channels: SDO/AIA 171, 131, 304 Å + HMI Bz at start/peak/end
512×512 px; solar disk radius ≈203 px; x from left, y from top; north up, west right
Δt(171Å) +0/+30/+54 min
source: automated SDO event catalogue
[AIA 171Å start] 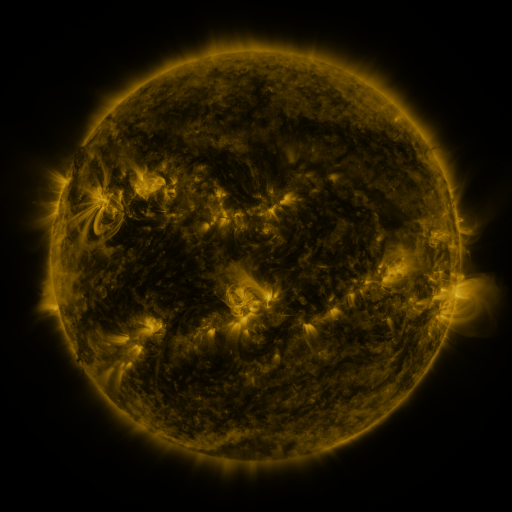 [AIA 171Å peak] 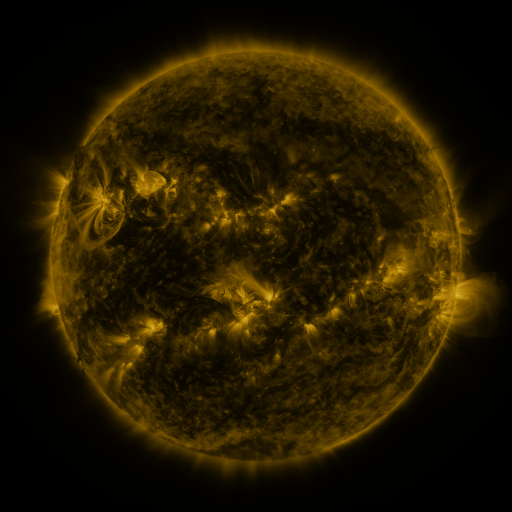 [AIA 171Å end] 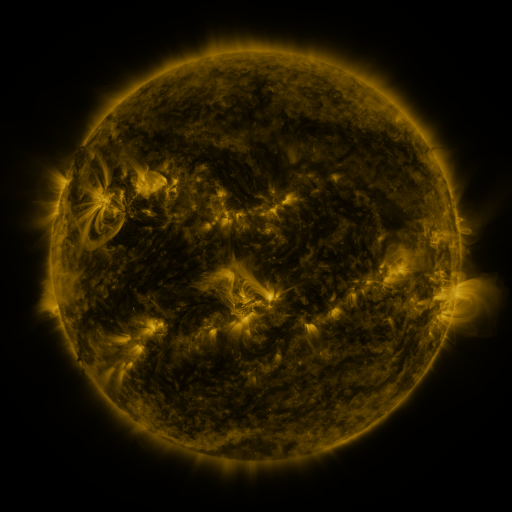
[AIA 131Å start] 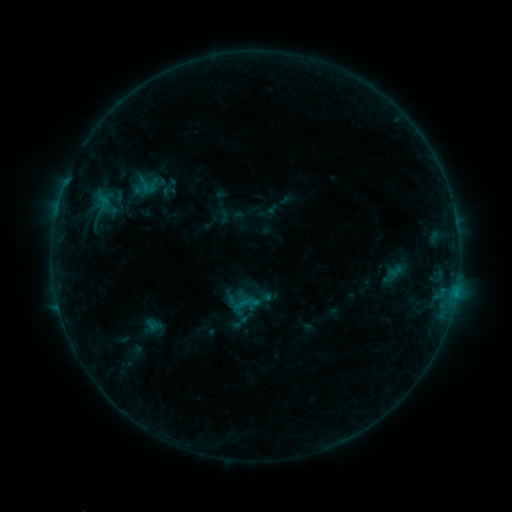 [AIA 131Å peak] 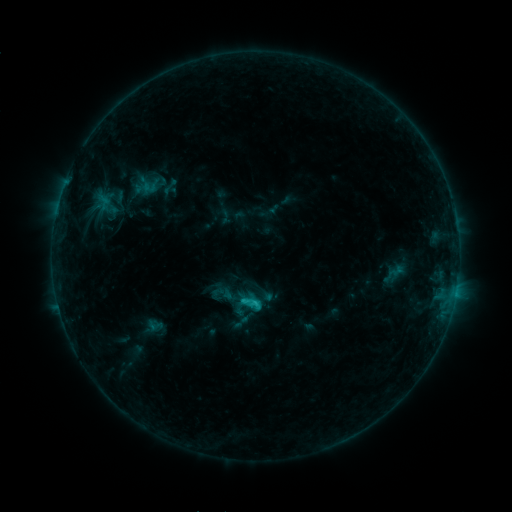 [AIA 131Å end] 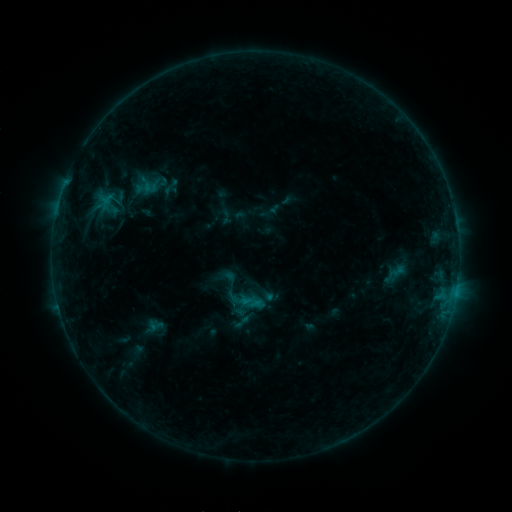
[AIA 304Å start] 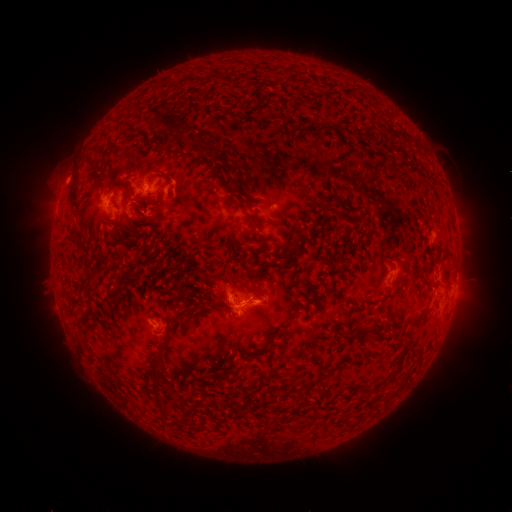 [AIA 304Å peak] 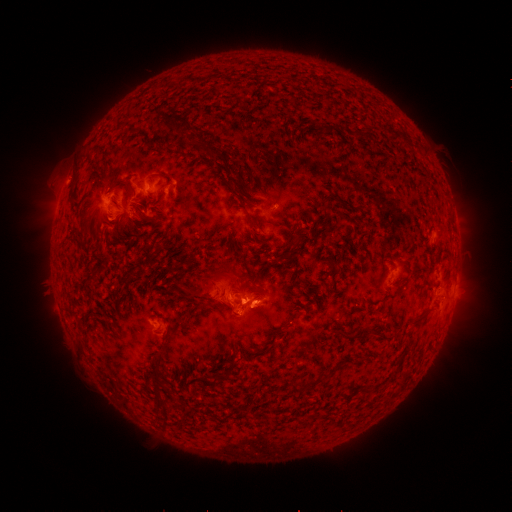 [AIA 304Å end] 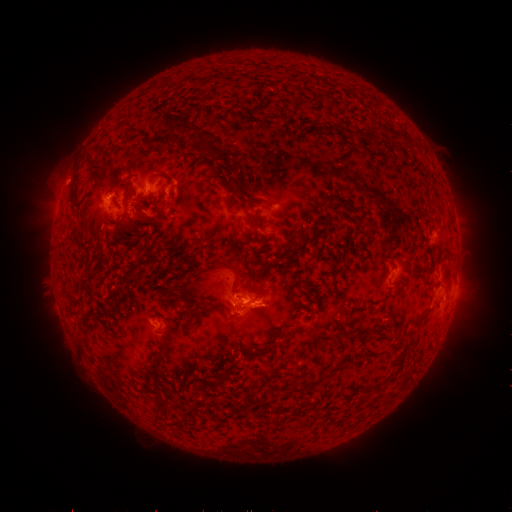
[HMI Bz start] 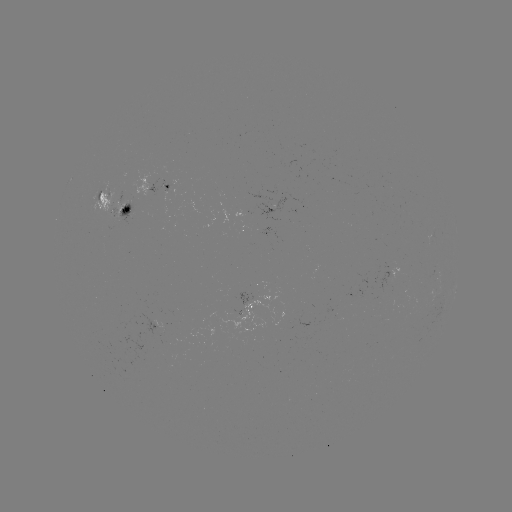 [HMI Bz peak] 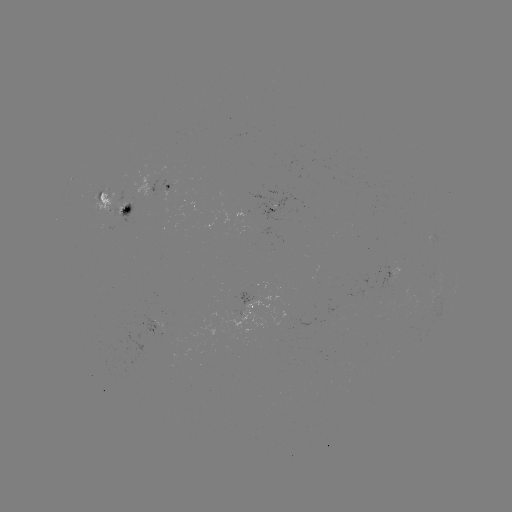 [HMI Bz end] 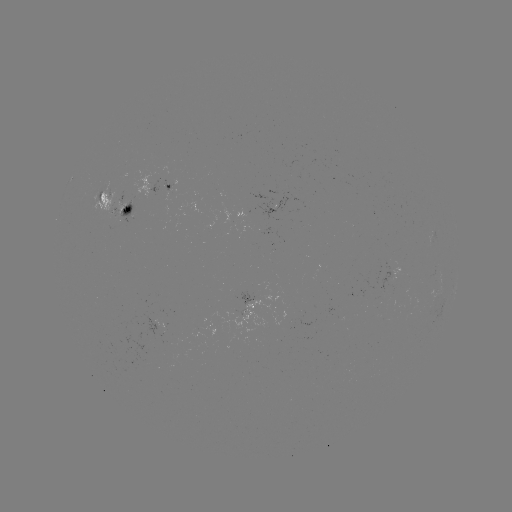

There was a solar flare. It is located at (245, 298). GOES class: C1.2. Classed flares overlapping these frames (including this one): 2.